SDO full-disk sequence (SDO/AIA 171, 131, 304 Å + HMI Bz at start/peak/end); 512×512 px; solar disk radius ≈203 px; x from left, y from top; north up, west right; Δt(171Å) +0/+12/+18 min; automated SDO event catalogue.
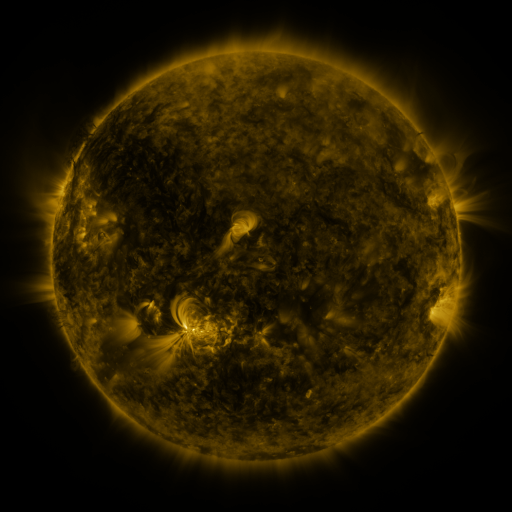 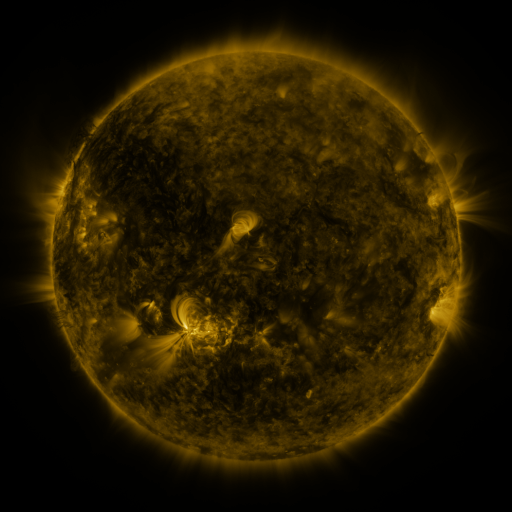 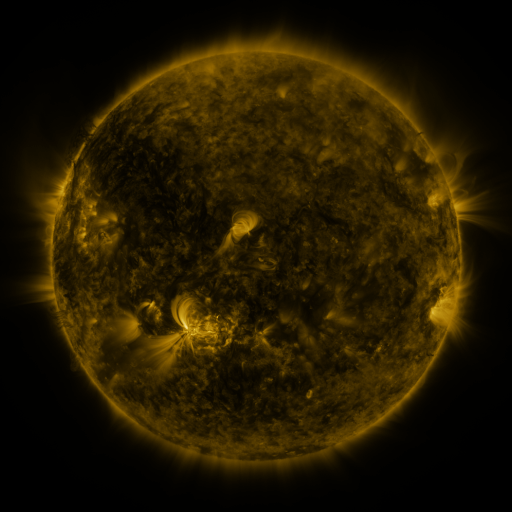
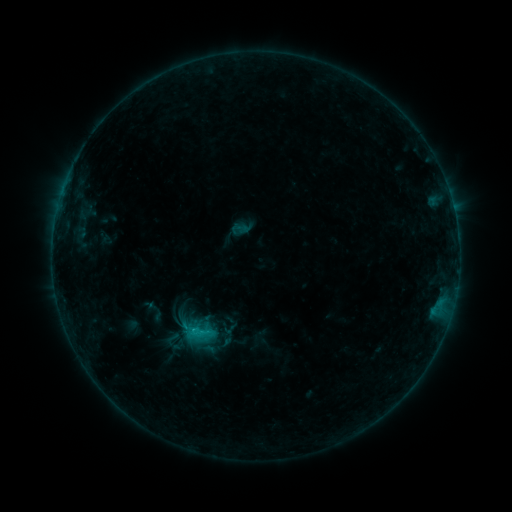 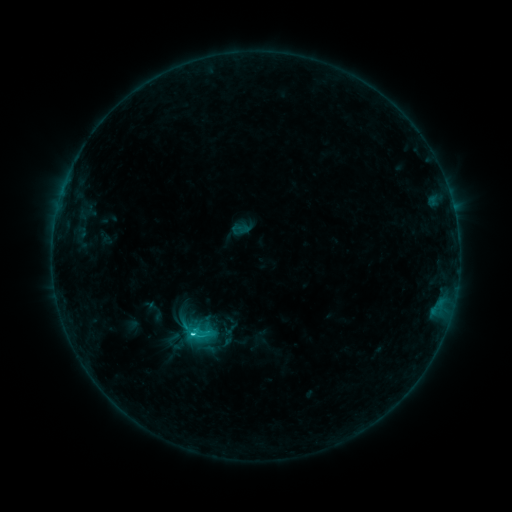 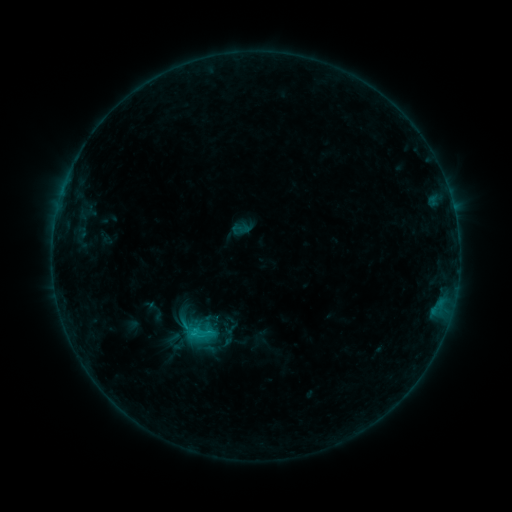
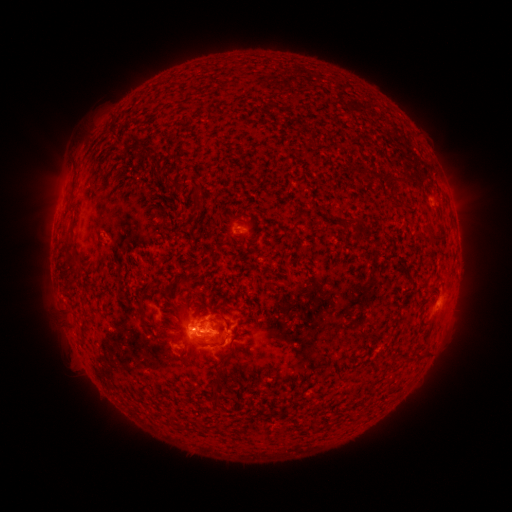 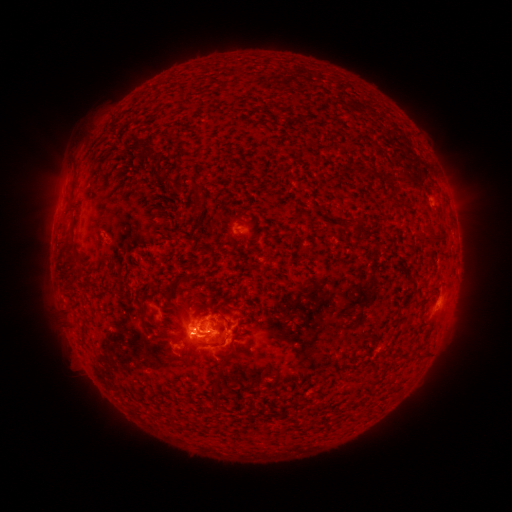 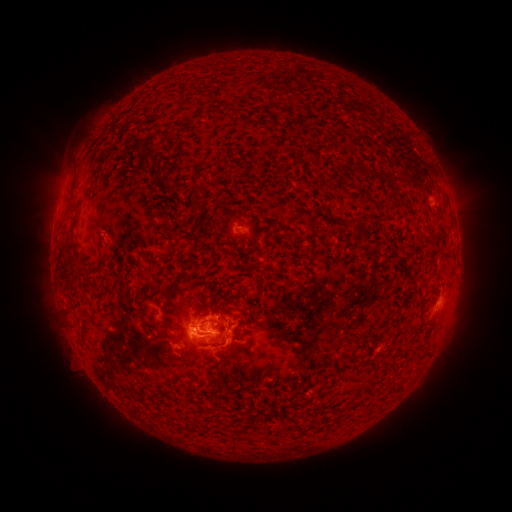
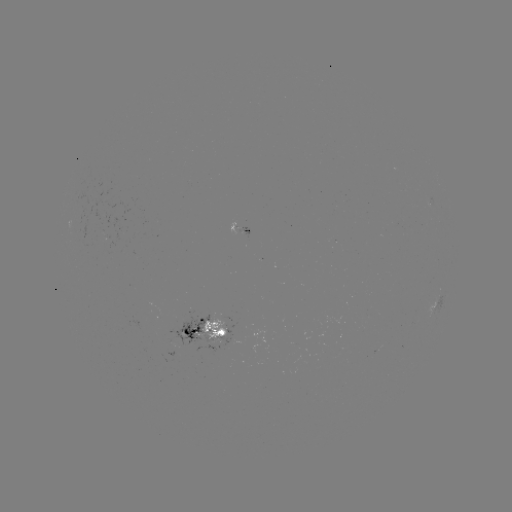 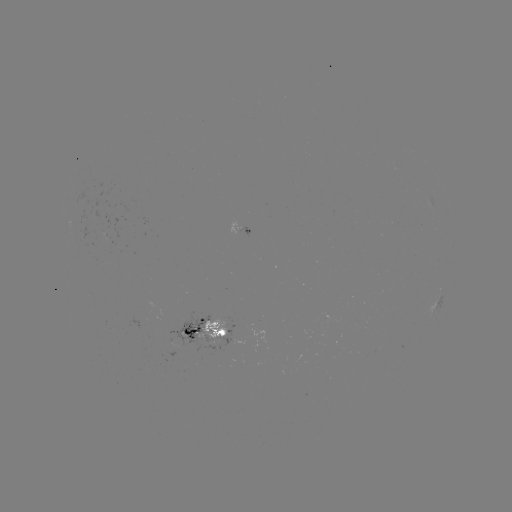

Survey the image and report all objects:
C1.6 flare: (205, 334)
